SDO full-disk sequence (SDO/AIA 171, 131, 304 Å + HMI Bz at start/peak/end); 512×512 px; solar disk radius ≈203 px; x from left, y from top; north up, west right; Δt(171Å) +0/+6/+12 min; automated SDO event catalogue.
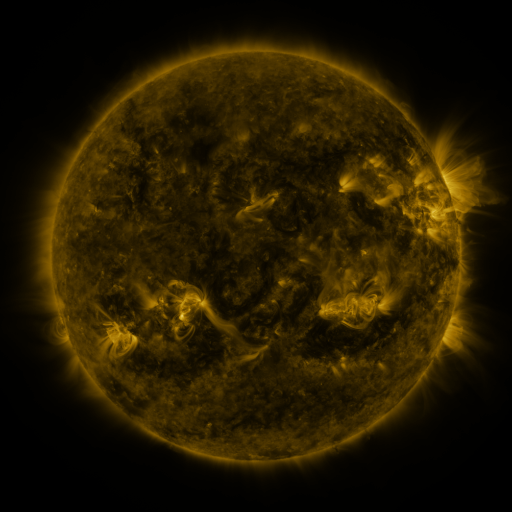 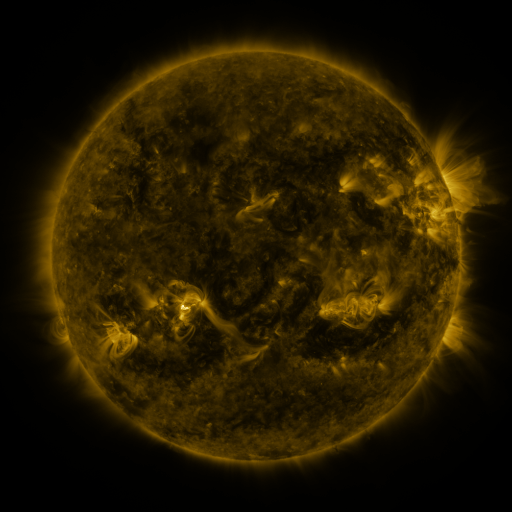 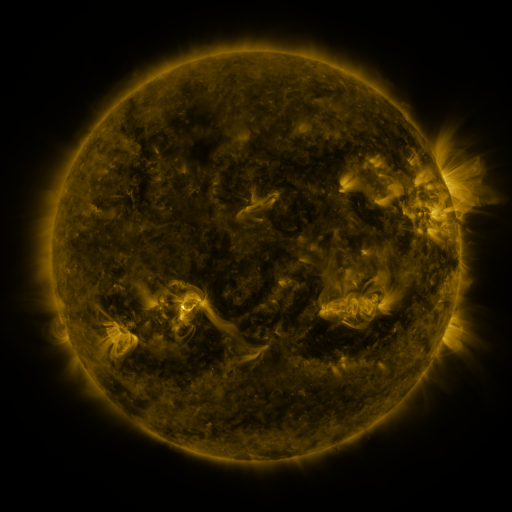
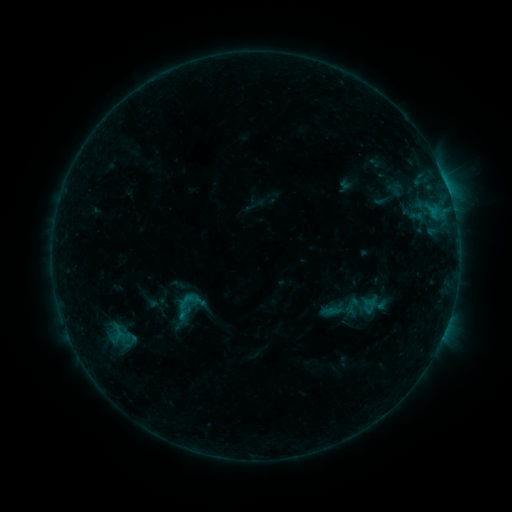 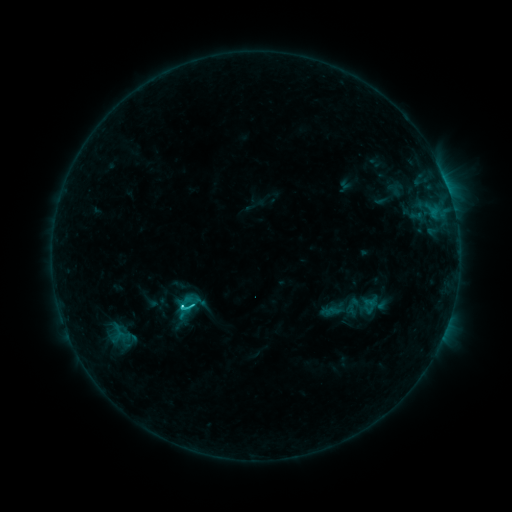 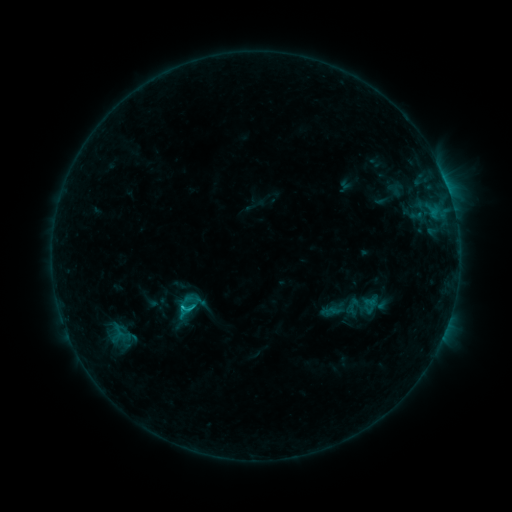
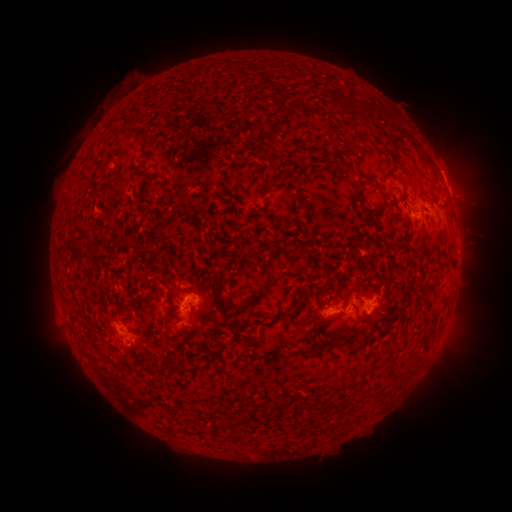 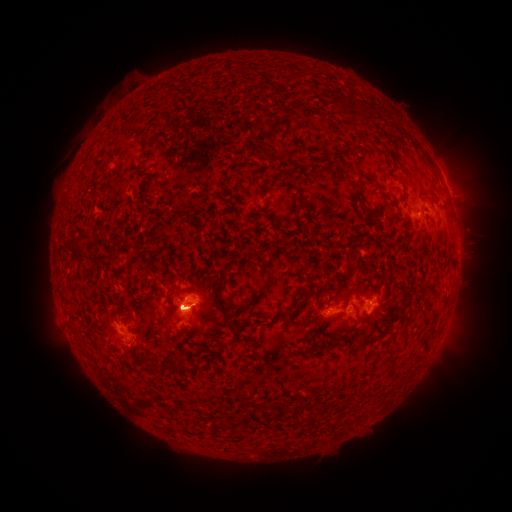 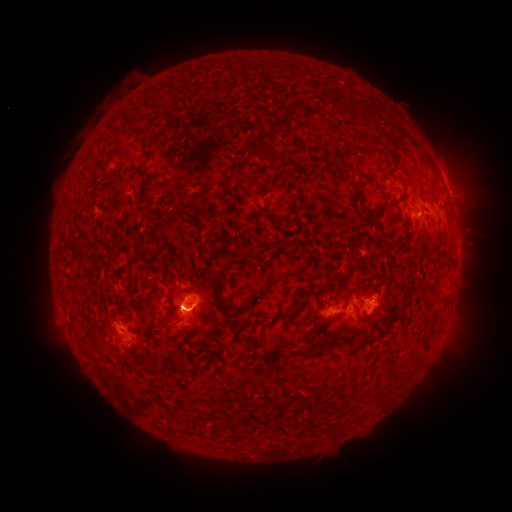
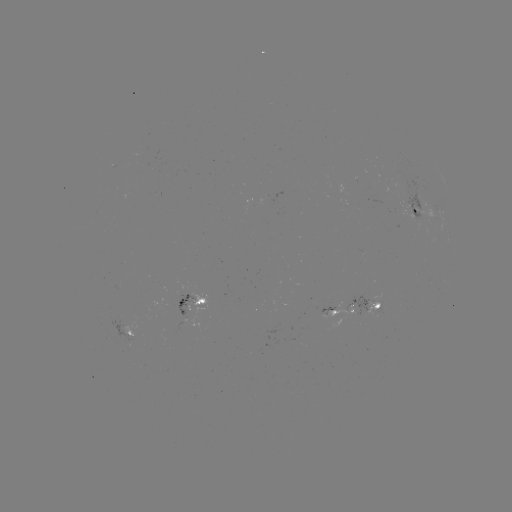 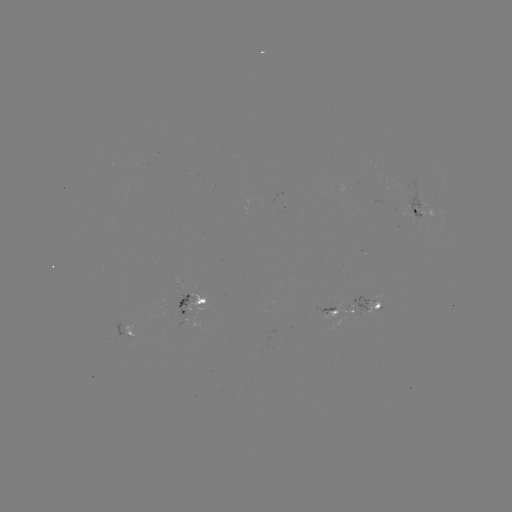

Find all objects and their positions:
C1.5 flare: (183, 304)
